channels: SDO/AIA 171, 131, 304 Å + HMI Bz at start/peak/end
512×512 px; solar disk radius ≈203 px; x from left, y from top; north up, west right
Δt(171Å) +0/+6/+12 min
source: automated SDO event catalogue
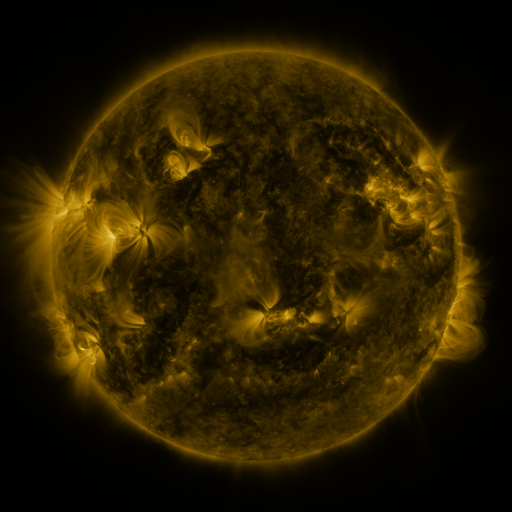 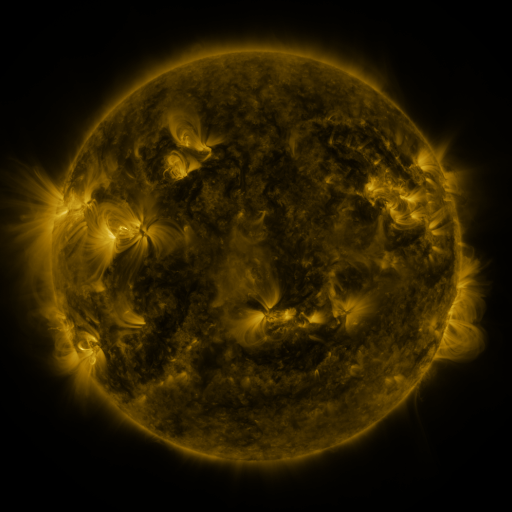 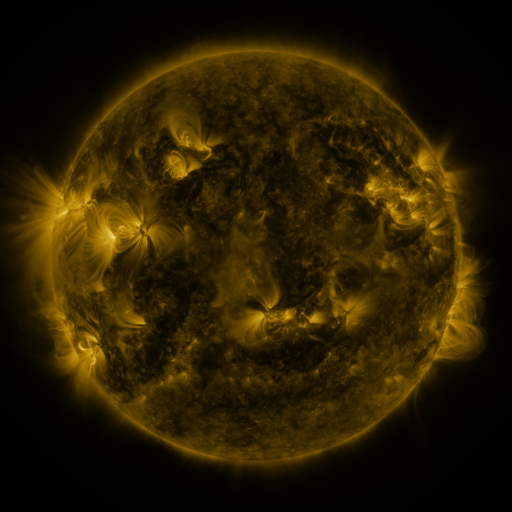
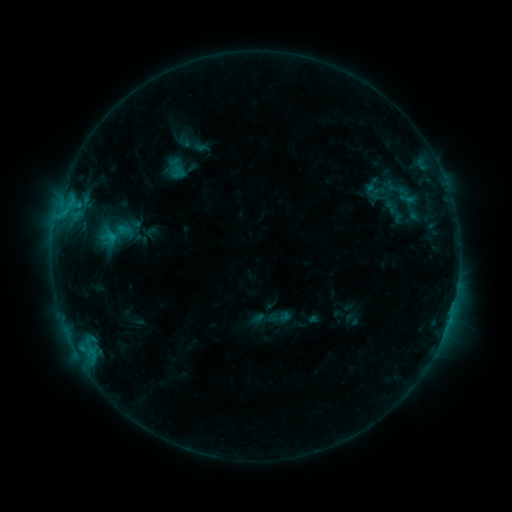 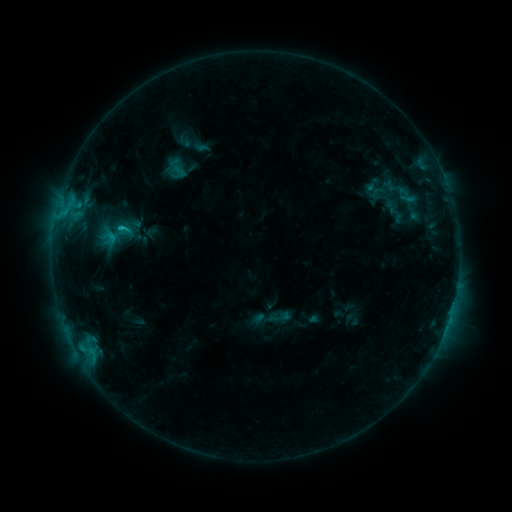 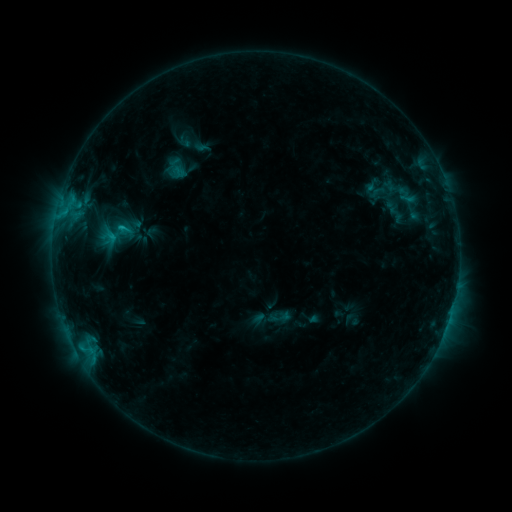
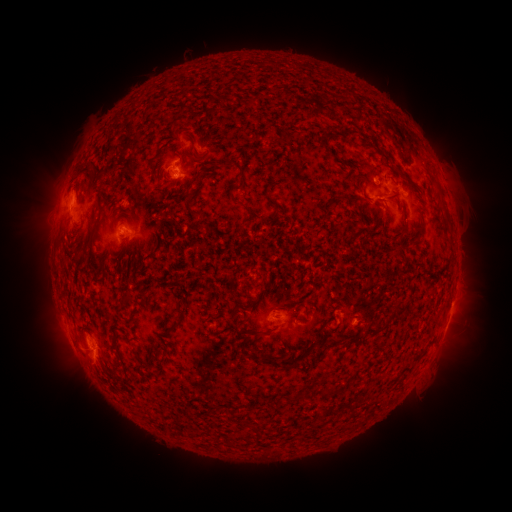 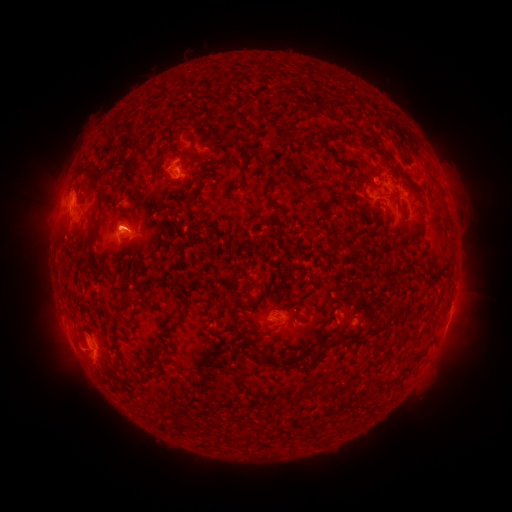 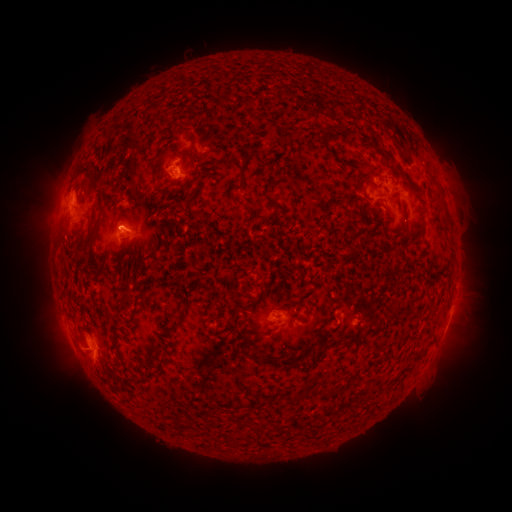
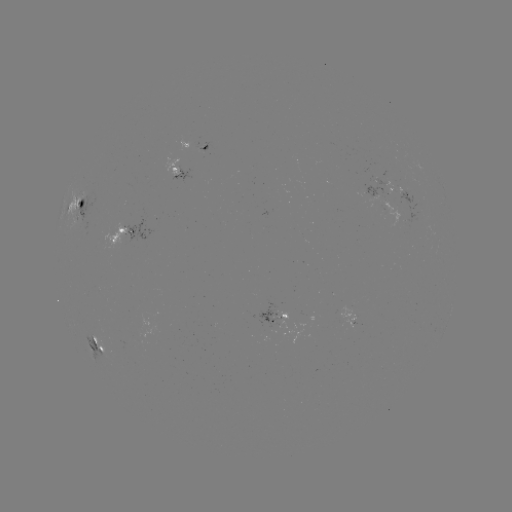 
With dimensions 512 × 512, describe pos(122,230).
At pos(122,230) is C1.3 flare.